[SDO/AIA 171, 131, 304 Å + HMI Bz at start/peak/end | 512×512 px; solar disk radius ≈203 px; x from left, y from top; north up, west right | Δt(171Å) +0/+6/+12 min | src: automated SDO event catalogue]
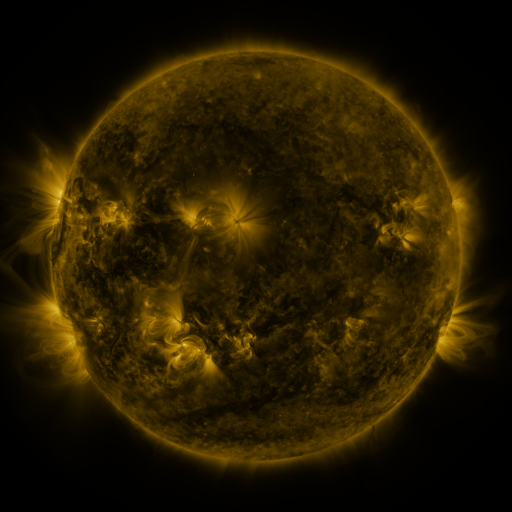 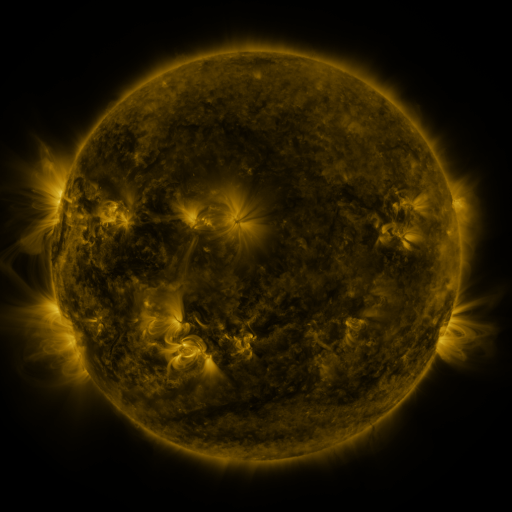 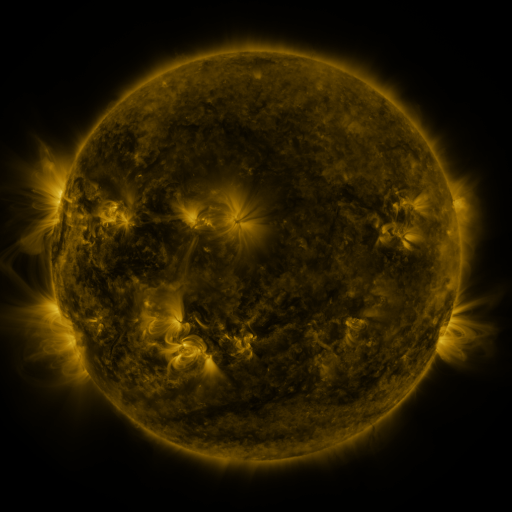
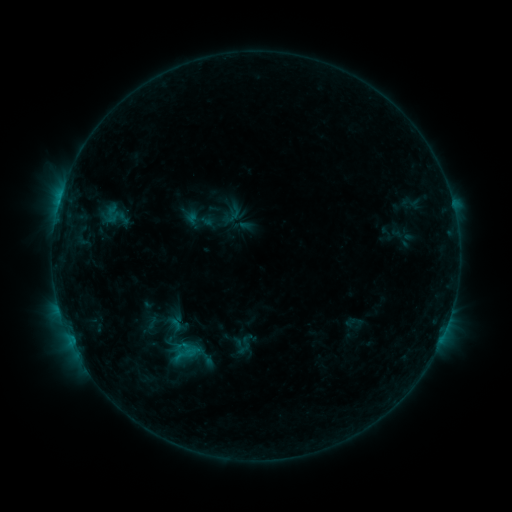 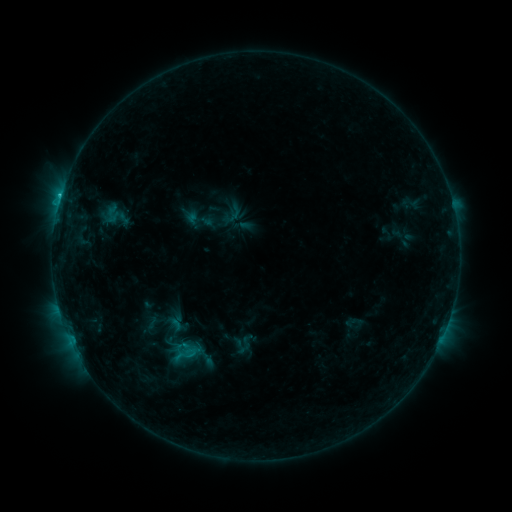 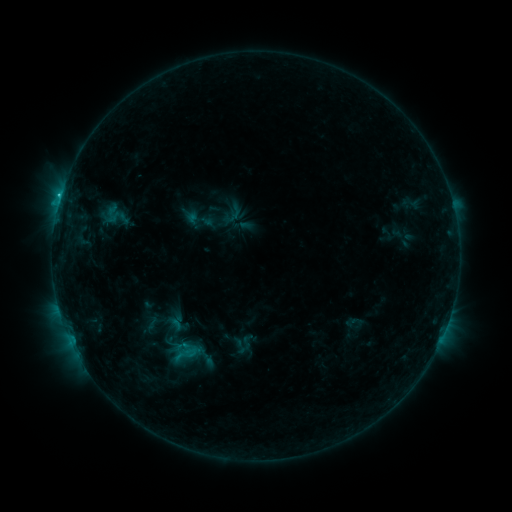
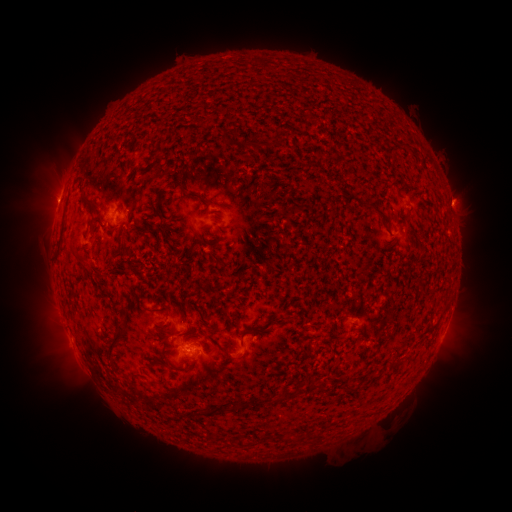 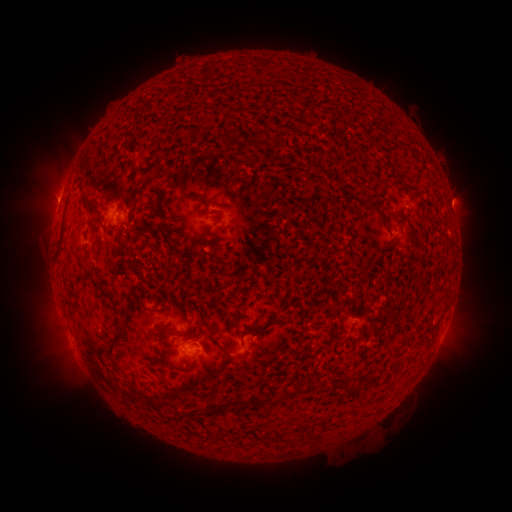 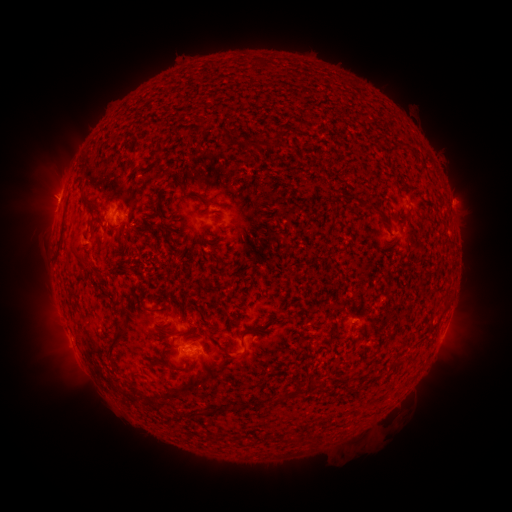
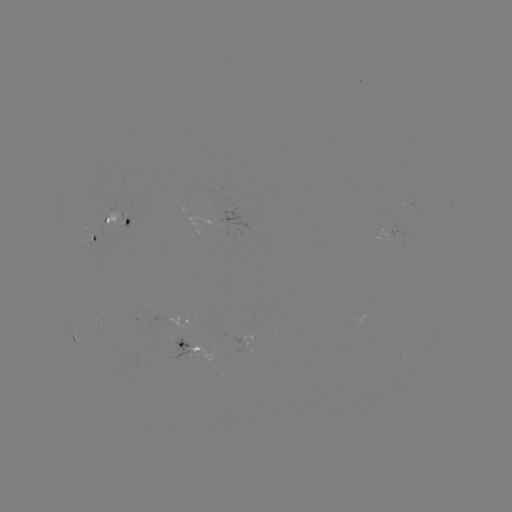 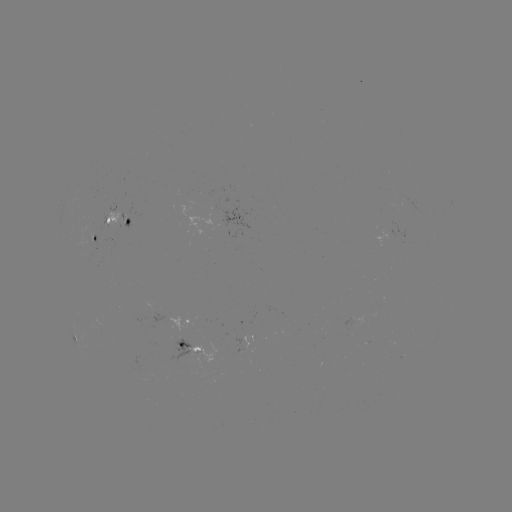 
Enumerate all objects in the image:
C1.0 flare: (61, 196)
